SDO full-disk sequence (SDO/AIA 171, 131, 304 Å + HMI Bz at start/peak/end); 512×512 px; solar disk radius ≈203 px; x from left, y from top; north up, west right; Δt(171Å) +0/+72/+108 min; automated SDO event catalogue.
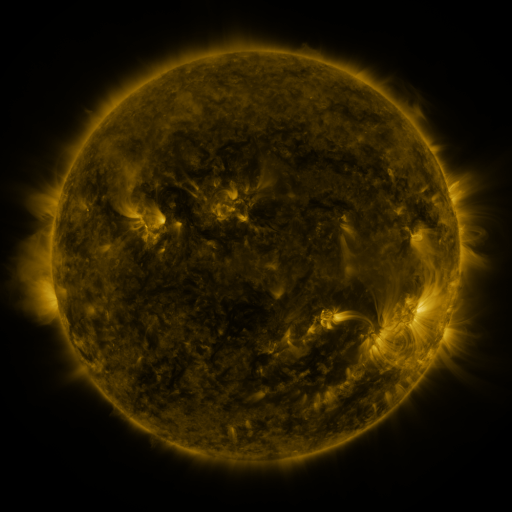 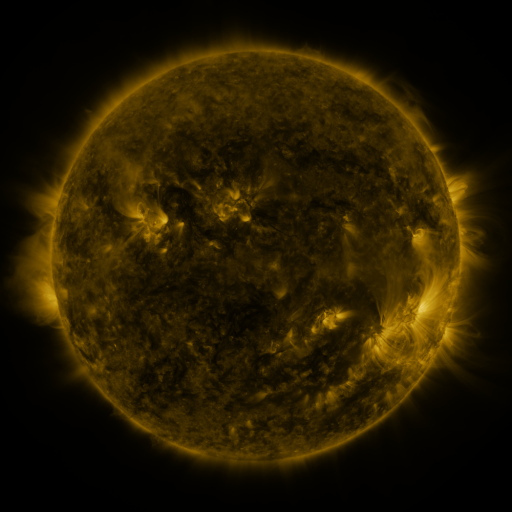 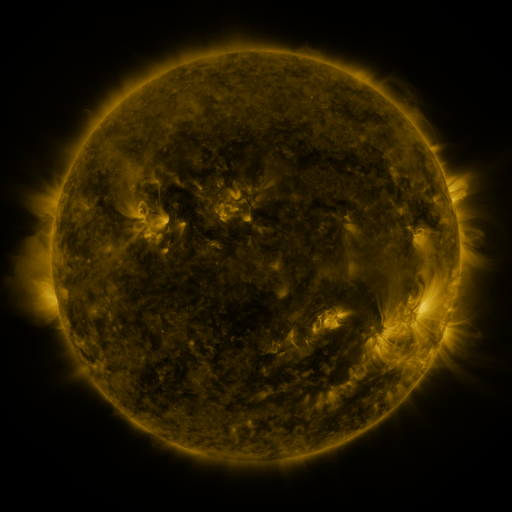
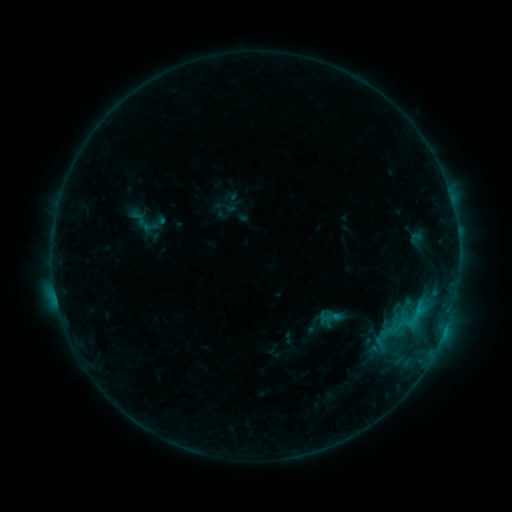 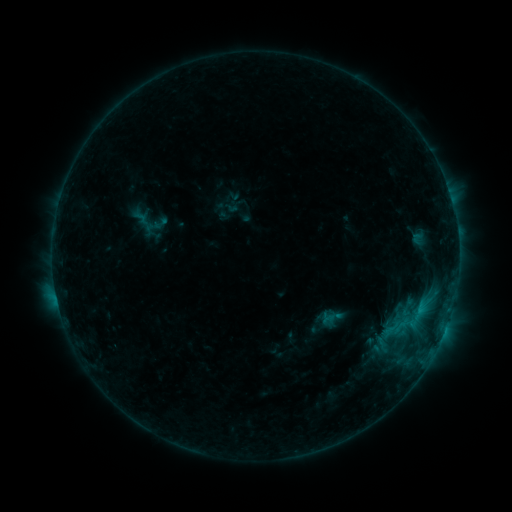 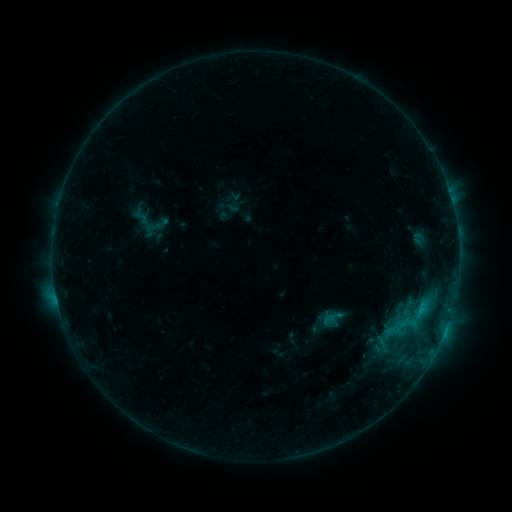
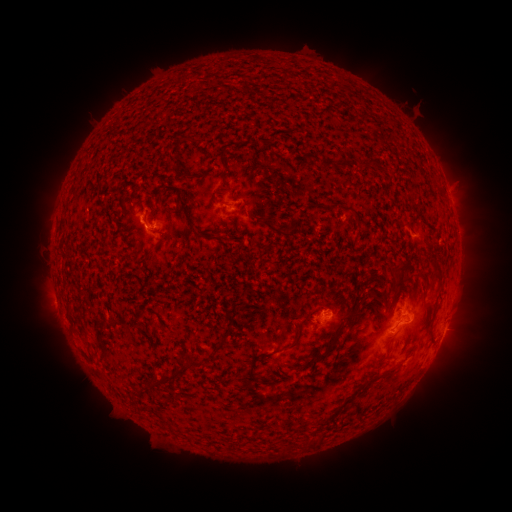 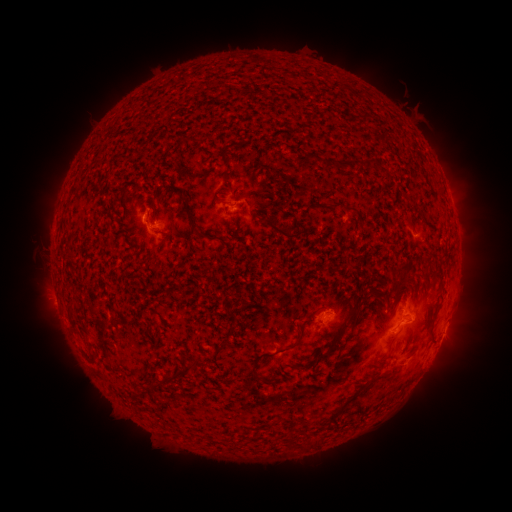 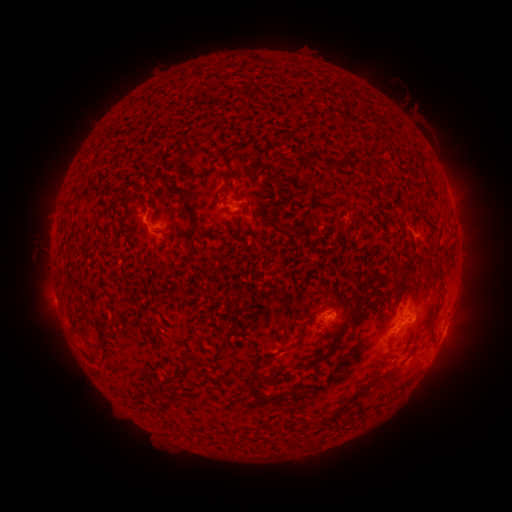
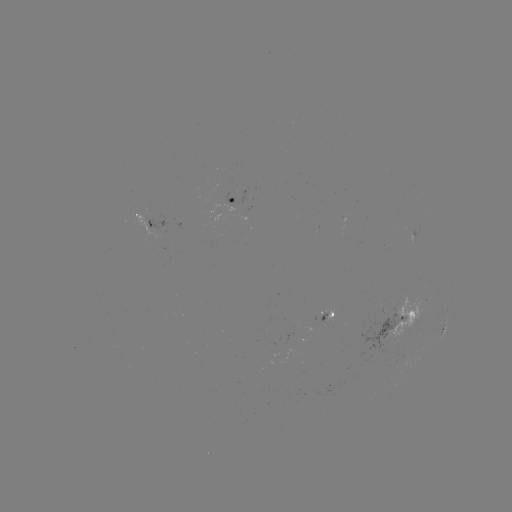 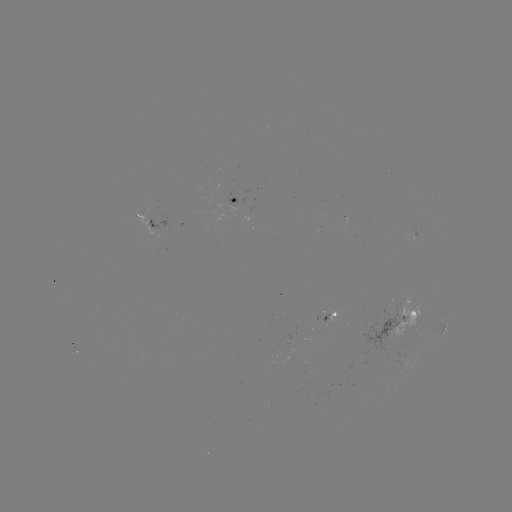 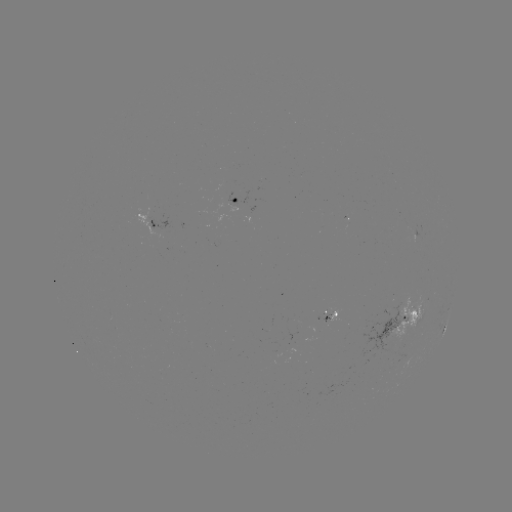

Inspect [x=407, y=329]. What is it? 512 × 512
emerging-flux region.